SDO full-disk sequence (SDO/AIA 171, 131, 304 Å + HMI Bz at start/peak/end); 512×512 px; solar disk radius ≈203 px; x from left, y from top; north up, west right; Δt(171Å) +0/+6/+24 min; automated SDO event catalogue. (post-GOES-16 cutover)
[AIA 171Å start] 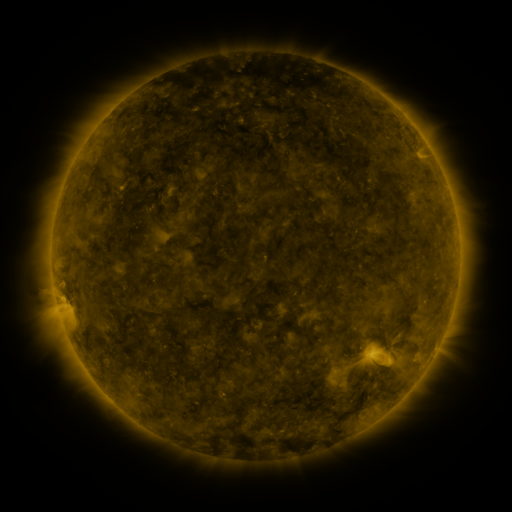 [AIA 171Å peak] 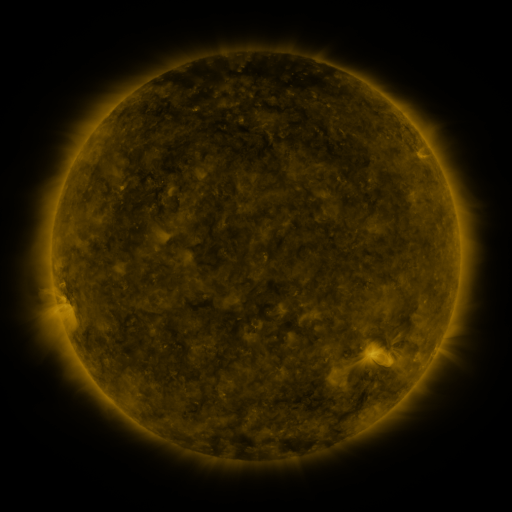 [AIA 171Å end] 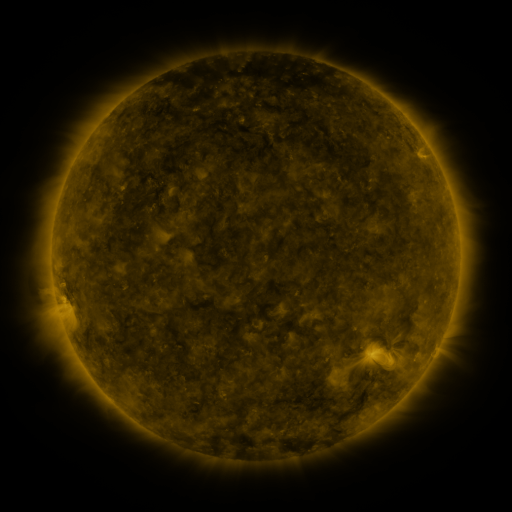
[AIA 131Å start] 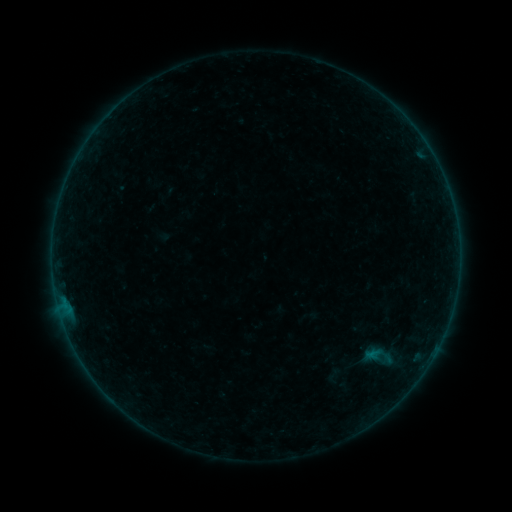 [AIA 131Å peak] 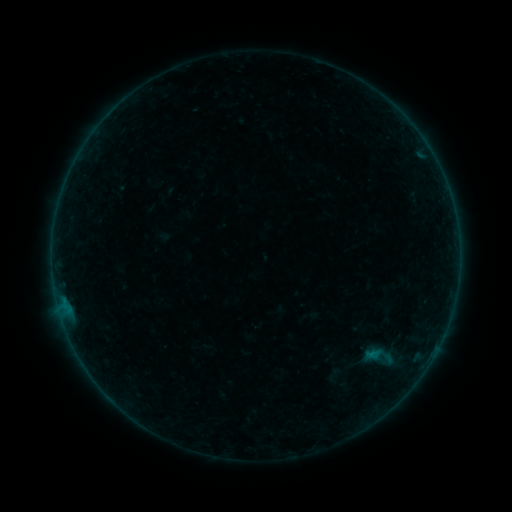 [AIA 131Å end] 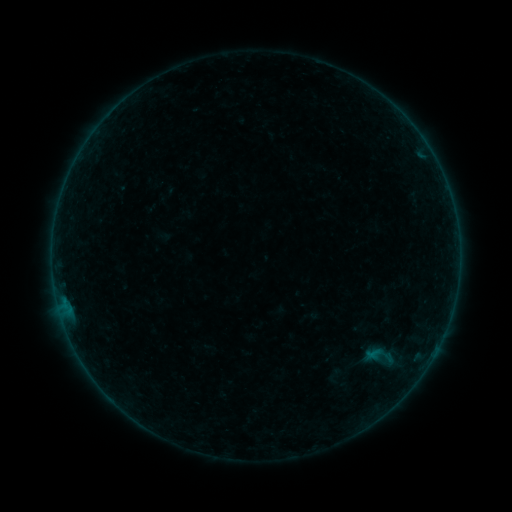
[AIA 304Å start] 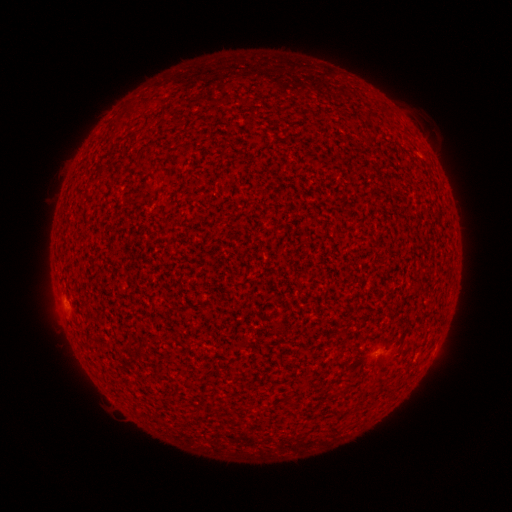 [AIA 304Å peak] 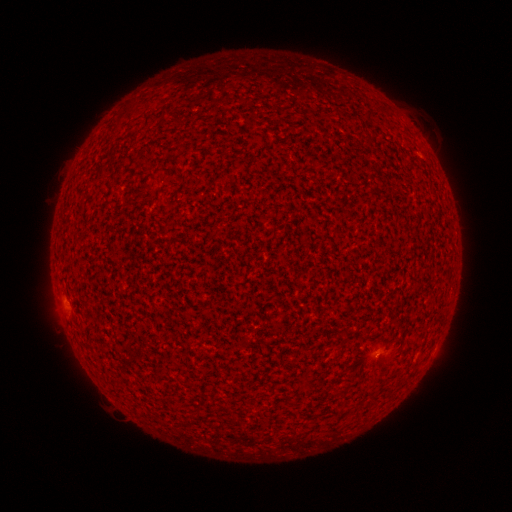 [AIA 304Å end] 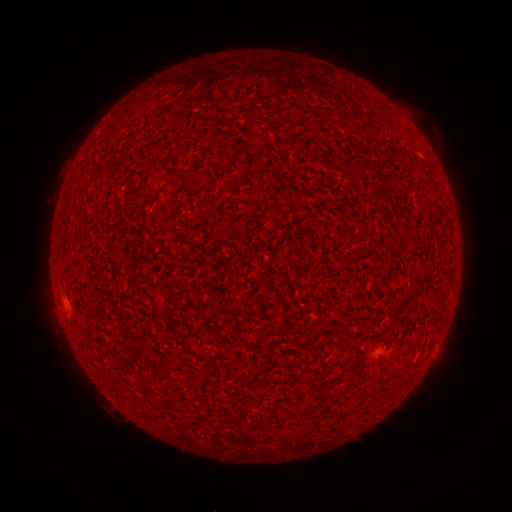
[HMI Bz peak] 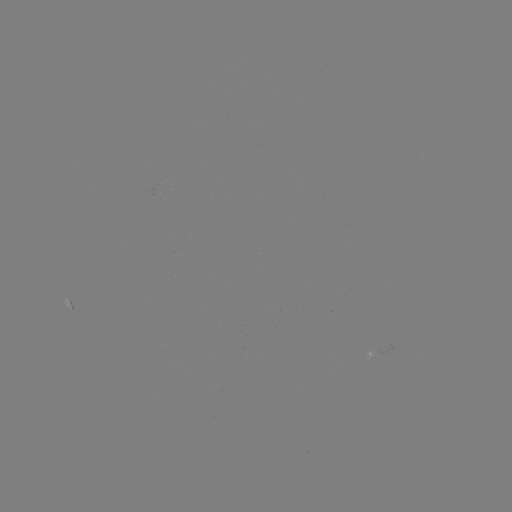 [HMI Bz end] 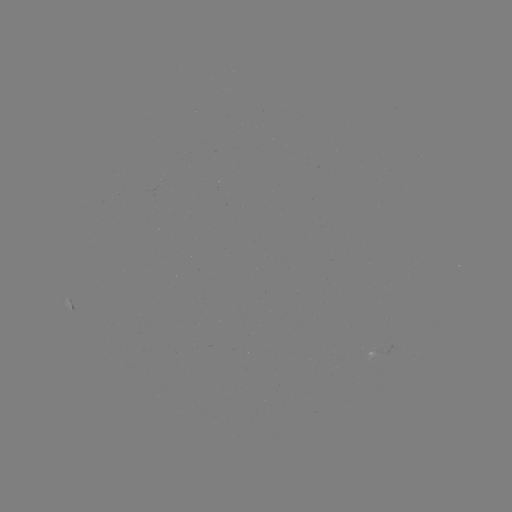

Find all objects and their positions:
A4.6 flare: (66, 300)
